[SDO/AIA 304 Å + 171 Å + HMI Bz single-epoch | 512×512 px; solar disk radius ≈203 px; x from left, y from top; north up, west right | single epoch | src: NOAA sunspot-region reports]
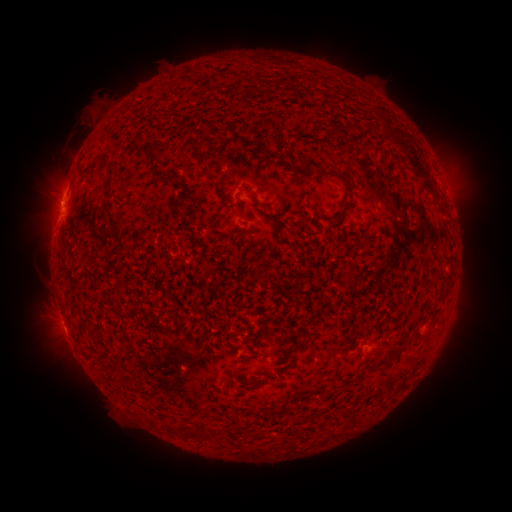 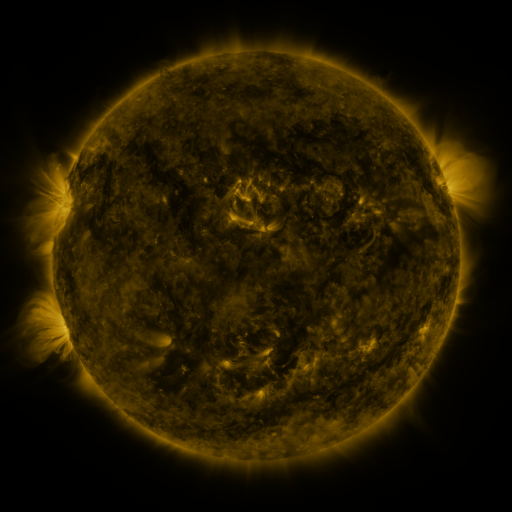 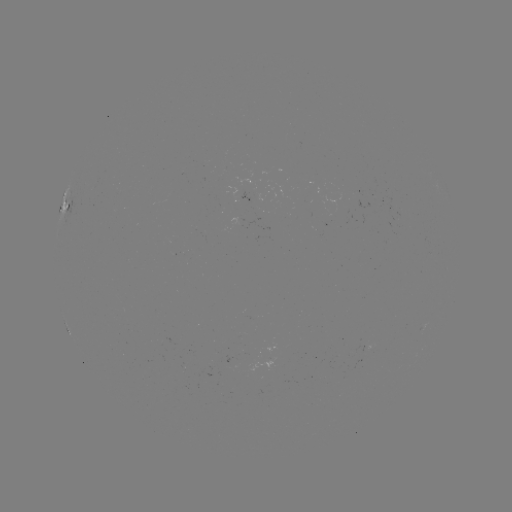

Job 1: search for spotted active region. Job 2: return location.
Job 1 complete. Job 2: (68, 203).